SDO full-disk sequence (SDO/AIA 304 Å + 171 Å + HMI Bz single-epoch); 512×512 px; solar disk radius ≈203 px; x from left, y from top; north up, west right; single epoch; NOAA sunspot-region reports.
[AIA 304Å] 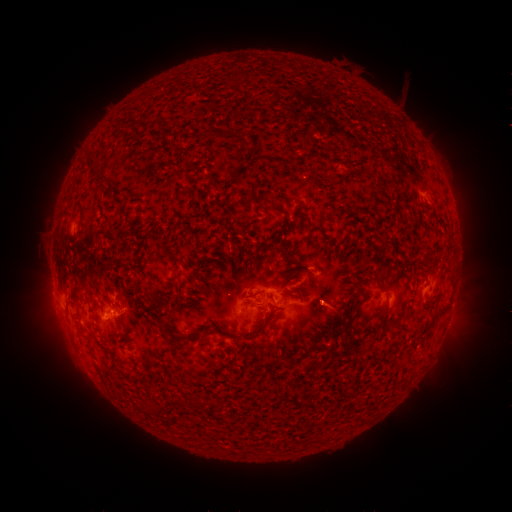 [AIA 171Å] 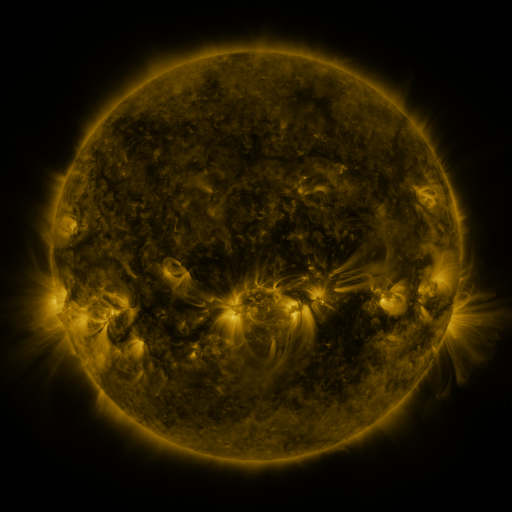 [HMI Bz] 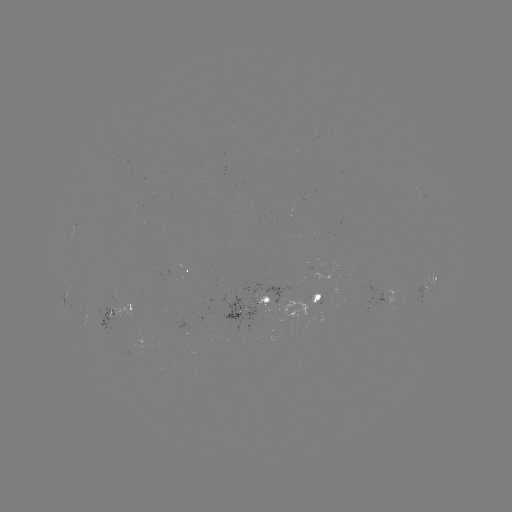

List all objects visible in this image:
spotted active region: (186, 273)
spotted active region: (428, 283)
spotted active region: (252, 300)
spotted active region: (310, 304)
spotted active region: (123, 309)
